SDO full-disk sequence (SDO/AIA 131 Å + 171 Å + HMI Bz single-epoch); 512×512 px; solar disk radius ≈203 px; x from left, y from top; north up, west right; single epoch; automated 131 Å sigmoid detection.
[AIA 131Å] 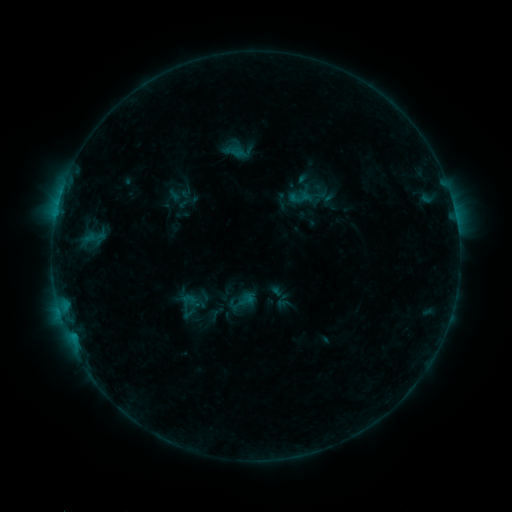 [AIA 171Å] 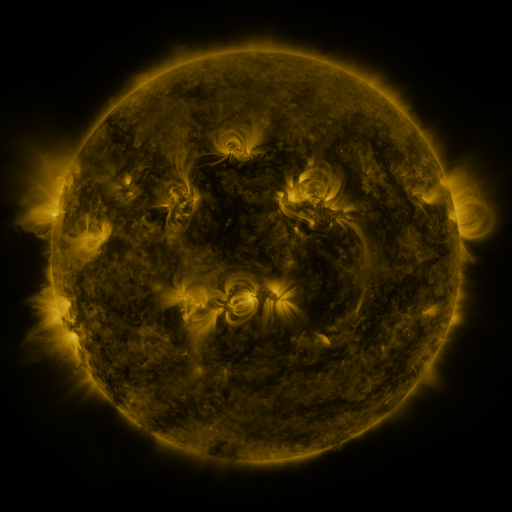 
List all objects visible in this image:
sigmoid: (225, 286, 257, 317)
